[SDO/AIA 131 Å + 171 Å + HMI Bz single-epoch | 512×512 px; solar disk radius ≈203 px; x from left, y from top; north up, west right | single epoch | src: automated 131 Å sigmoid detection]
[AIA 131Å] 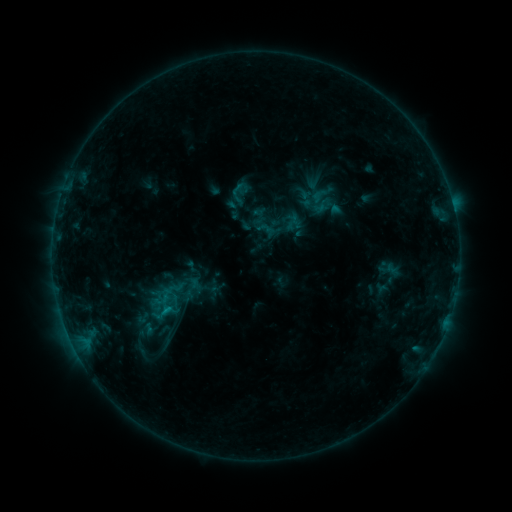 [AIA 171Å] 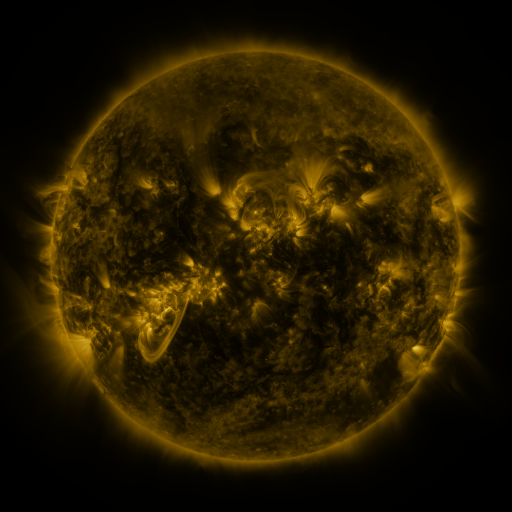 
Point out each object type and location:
sigmoid: (238, 196)
